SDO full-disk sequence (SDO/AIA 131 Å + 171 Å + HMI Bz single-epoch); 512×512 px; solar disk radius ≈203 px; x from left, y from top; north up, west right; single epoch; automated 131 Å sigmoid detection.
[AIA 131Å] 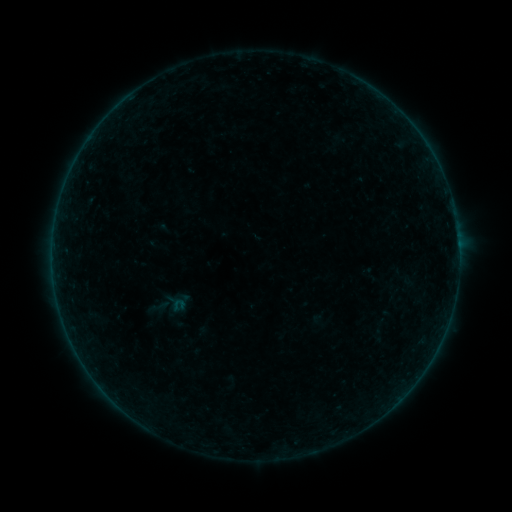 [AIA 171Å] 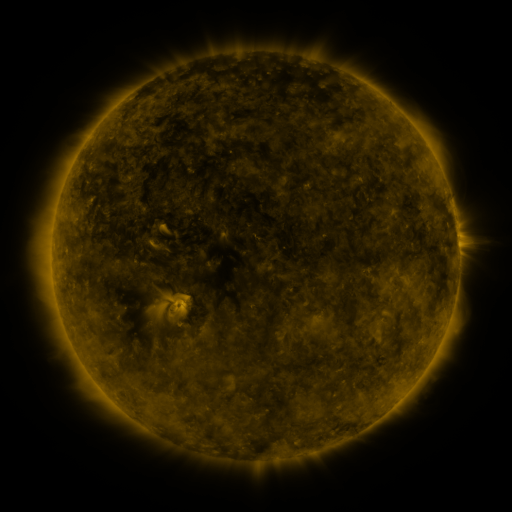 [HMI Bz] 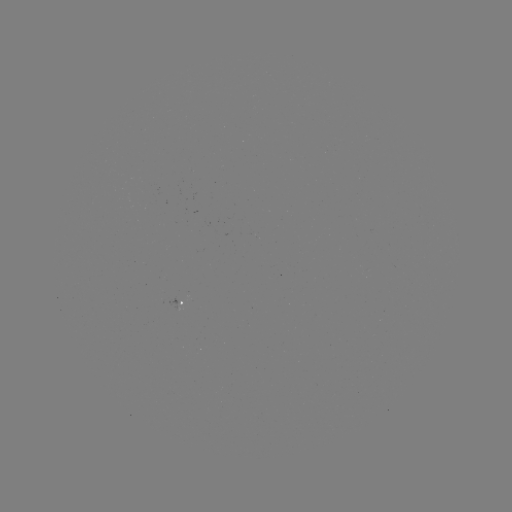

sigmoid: [145, 293, 173, 320]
